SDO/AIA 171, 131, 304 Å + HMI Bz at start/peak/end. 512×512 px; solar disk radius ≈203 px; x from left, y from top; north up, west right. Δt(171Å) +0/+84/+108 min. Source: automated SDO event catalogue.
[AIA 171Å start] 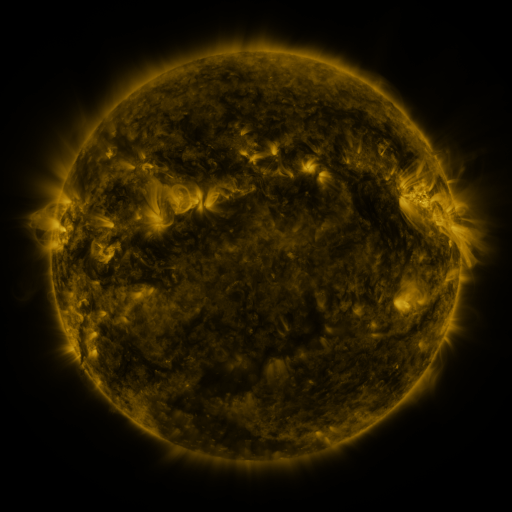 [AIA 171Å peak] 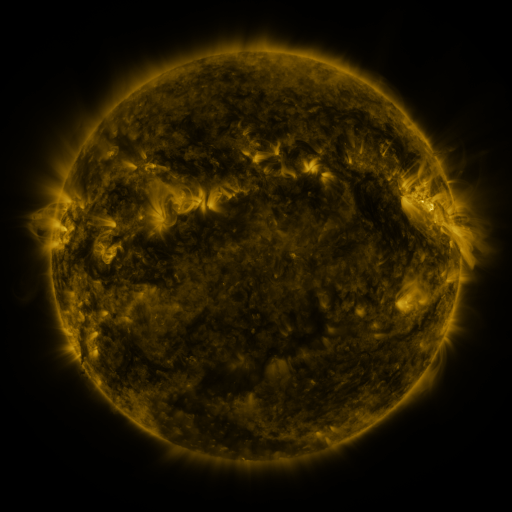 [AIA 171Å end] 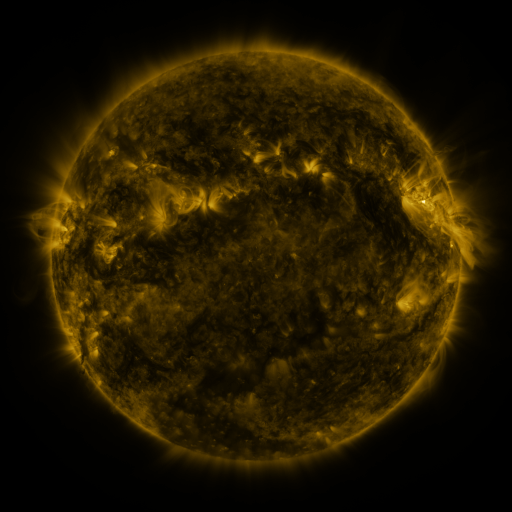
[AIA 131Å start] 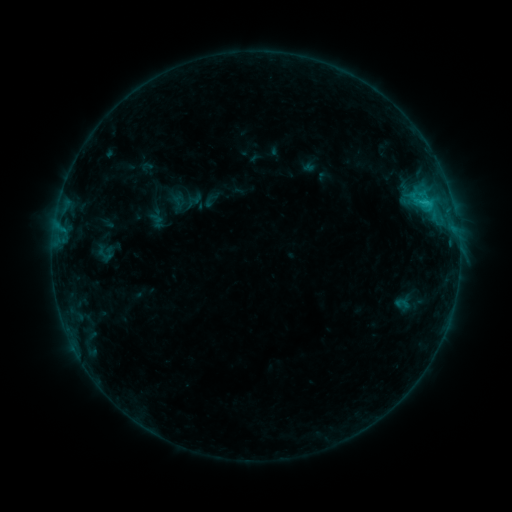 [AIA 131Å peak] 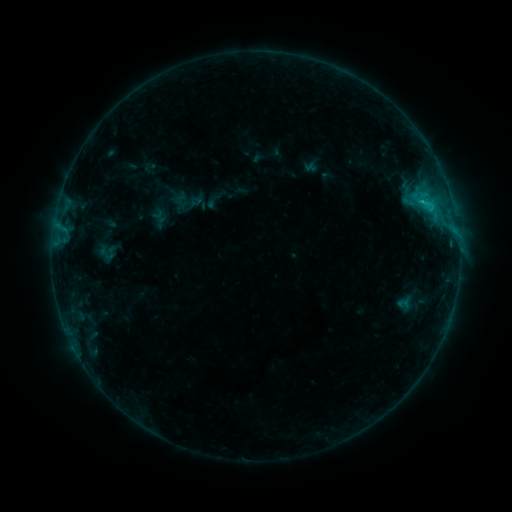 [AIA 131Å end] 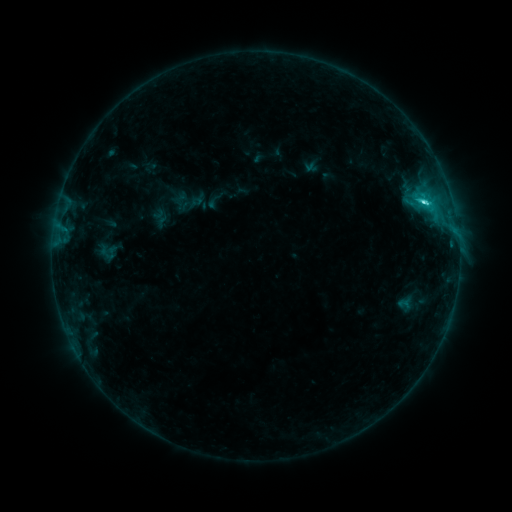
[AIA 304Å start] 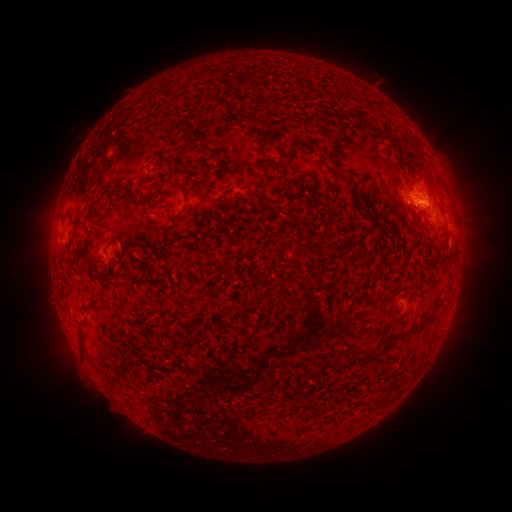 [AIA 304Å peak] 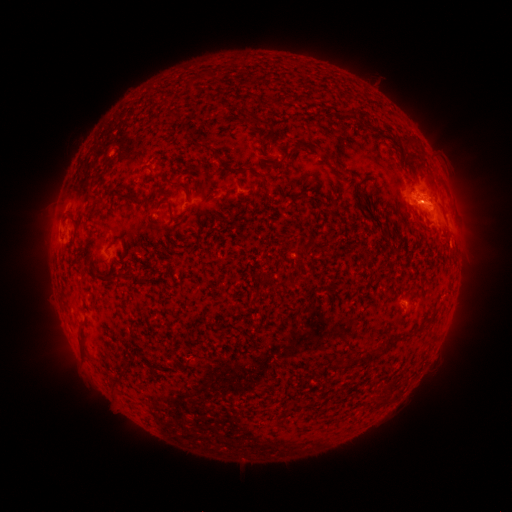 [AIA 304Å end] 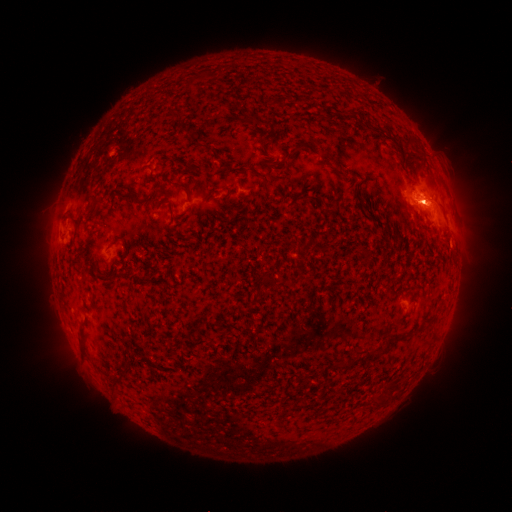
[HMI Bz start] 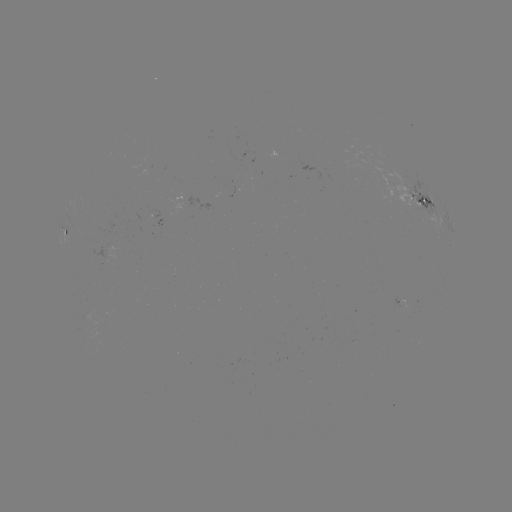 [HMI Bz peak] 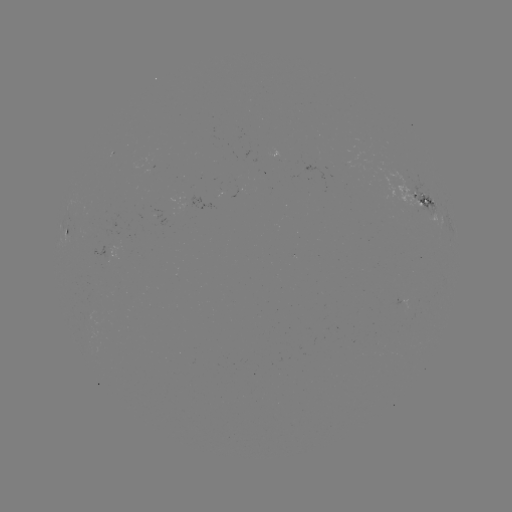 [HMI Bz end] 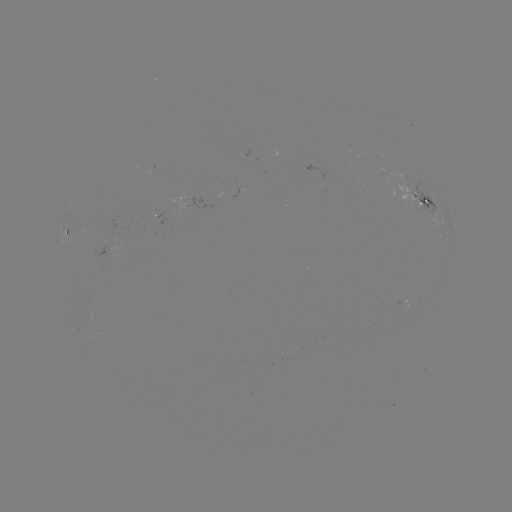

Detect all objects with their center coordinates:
emerging-flux region: (183, 204)
